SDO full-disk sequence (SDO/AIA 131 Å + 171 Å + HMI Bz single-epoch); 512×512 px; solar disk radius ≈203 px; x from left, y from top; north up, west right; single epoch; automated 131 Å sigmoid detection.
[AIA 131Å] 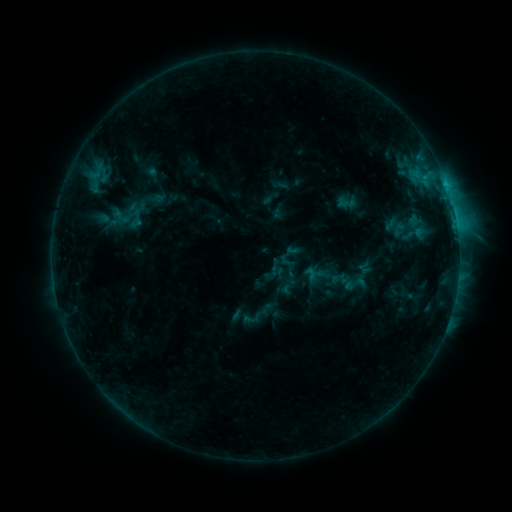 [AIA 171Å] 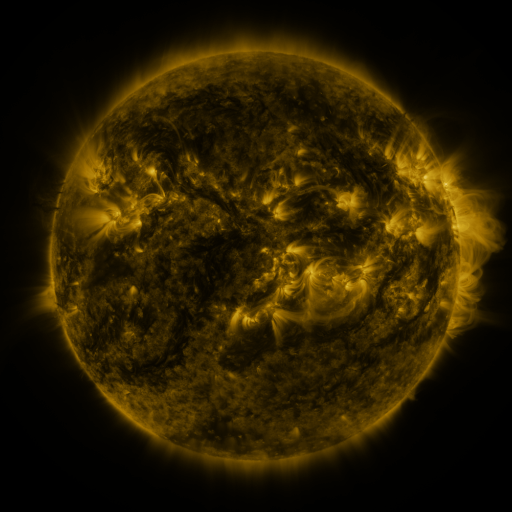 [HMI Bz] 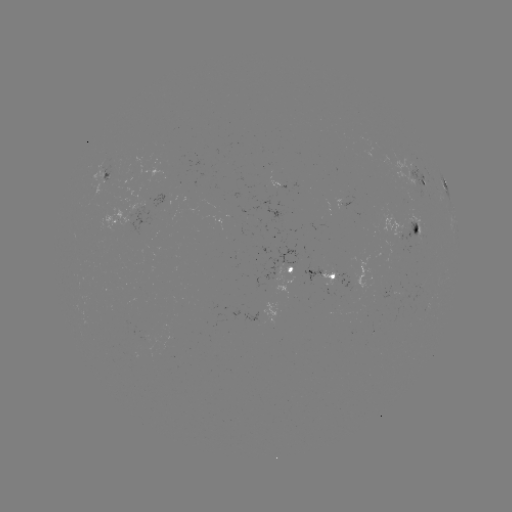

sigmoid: <bbox>308, 265, 327, 286</bbox>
